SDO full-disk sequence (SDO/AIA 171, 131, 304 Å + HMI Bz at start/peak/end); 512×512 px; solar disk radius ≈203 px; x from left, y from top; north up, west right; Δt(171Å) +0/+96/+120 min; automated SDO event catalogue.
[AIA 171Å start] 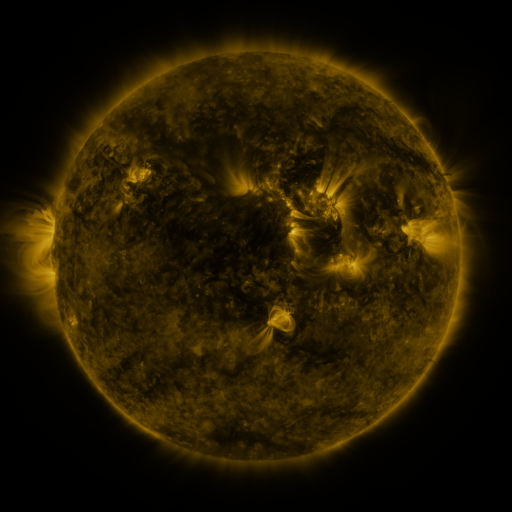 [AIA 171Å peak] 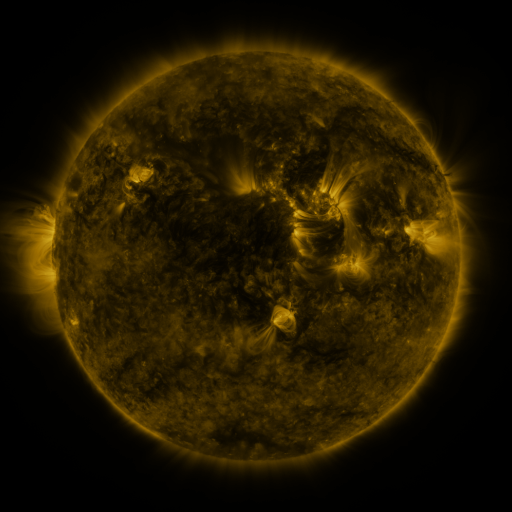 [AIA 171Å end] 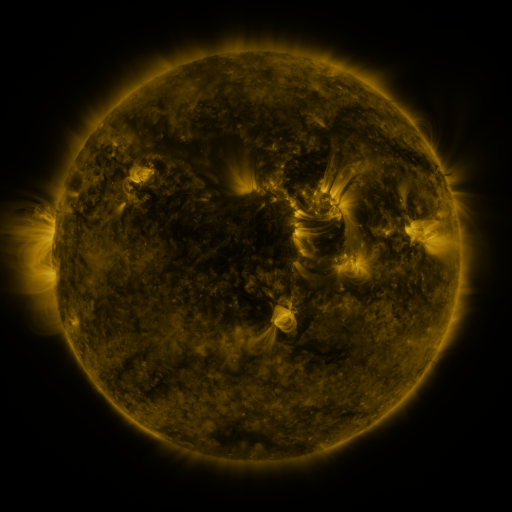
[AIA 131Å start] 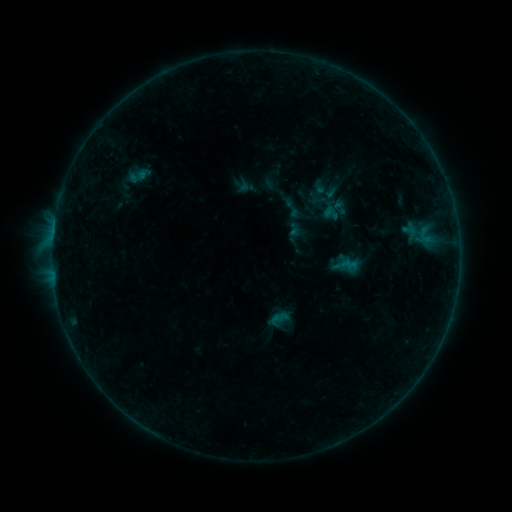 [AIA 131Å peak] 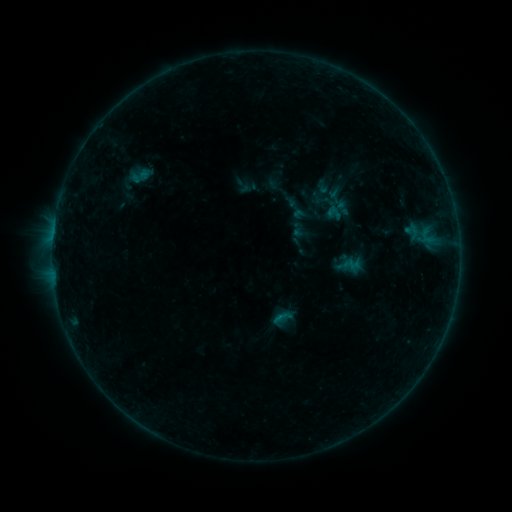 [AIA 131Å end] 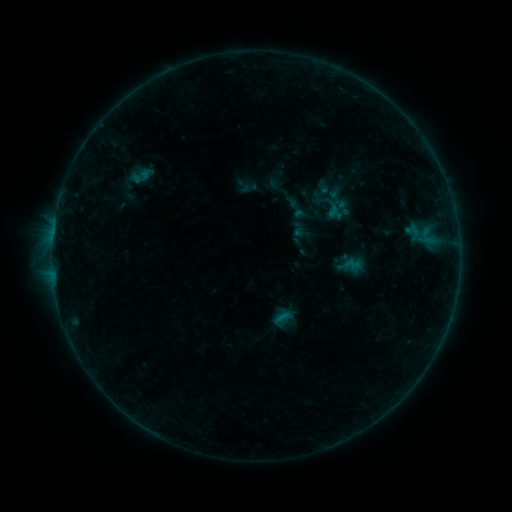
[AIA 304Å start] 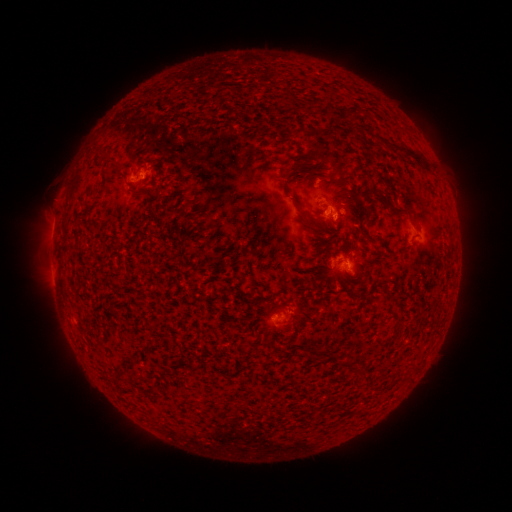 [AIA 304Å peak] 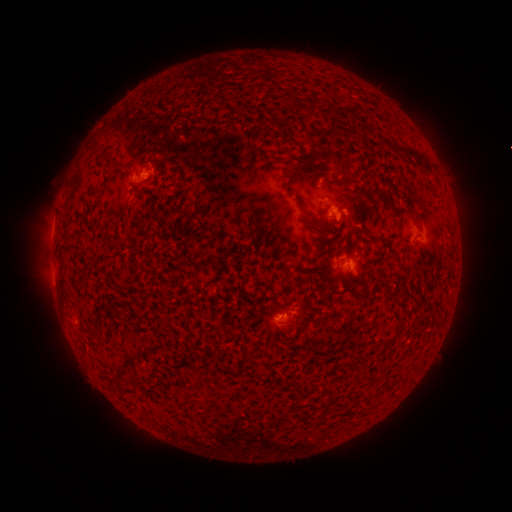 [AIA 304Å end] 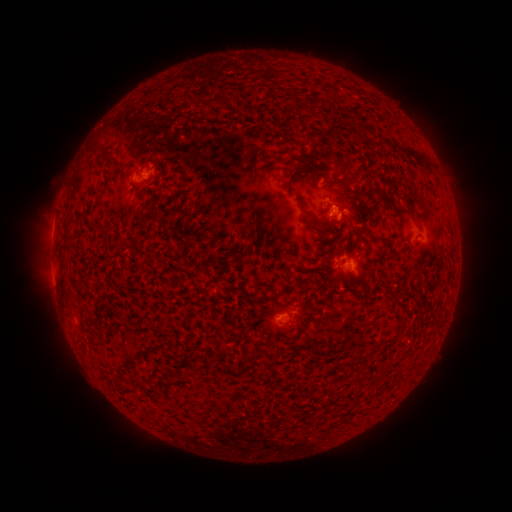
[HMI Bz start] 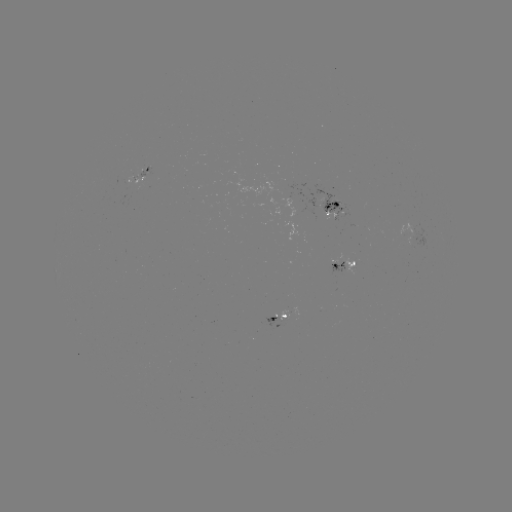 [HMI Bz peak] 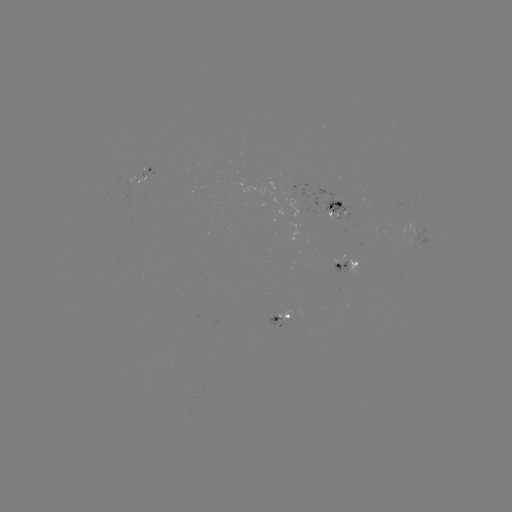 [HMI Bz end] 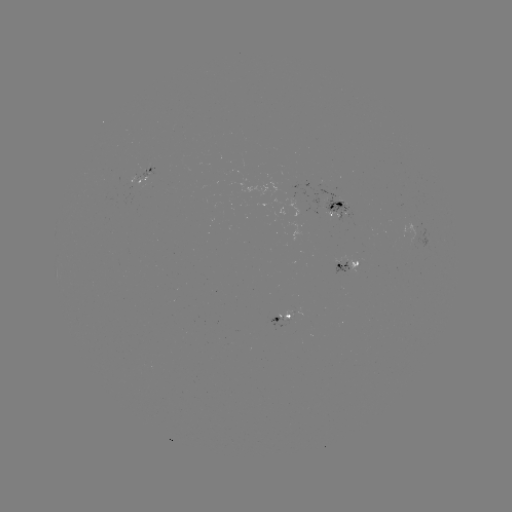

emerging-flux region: (265, 314, 291, 330)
